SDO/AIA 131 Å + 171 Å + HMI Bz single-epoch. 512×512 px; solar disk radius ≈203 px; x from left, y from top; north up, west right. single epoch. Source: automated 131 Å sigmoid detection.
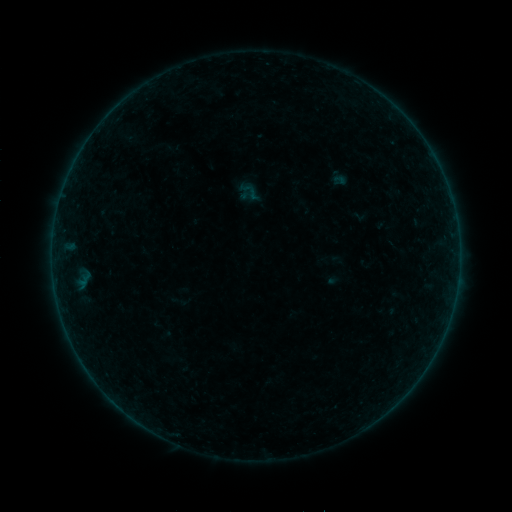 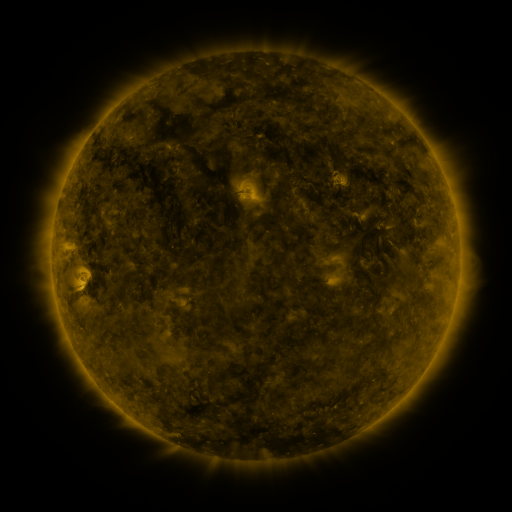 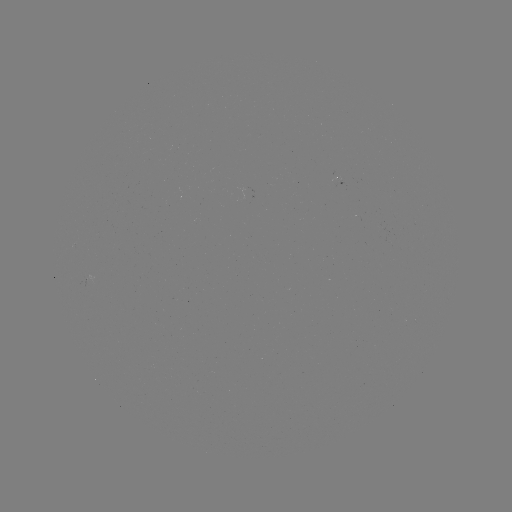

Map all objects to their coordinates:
sigmoid: (251, 192)
